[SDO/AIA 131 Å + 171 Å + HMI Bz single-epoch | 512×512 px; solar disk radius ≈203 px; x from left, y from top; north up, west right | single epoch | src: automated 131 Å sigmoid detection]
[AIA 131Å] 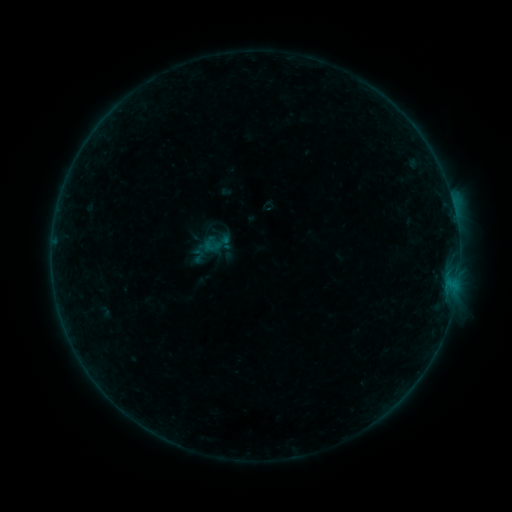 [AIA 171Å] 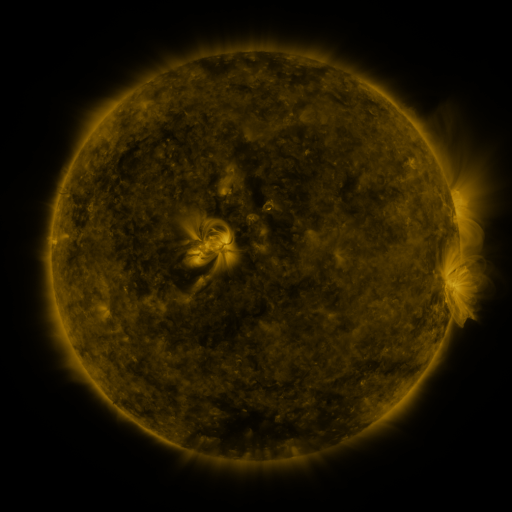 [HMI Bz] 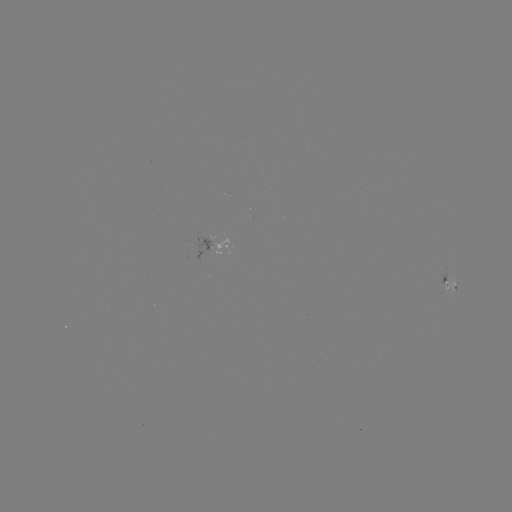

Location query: sigmoid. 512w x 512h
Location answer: [216, 243].